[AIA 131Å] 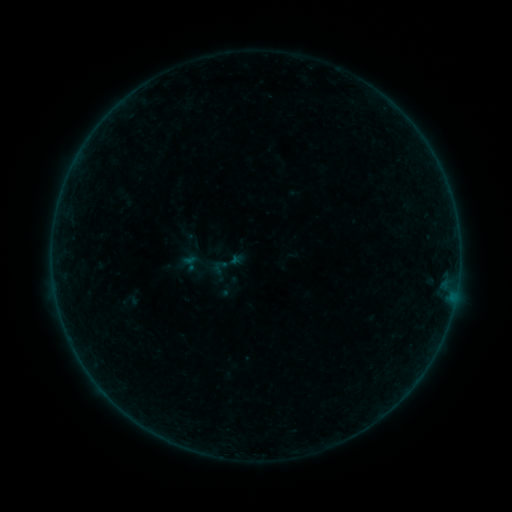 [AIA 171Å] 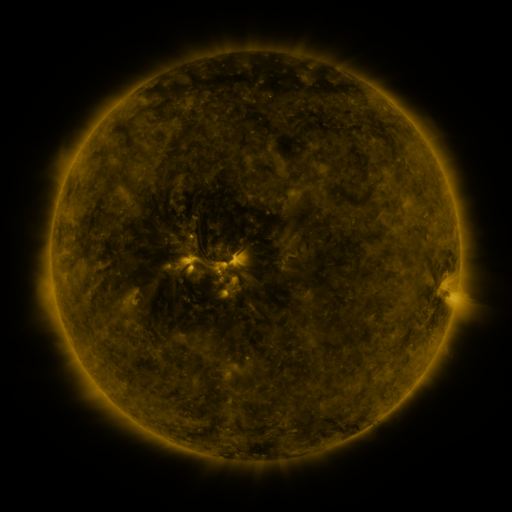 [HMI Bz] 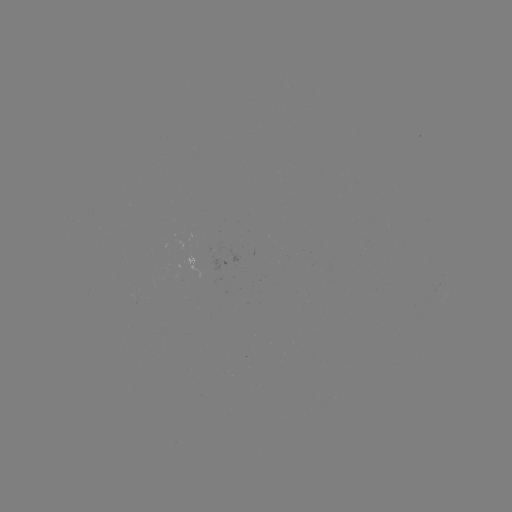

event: sigmoid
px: (227, 264)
